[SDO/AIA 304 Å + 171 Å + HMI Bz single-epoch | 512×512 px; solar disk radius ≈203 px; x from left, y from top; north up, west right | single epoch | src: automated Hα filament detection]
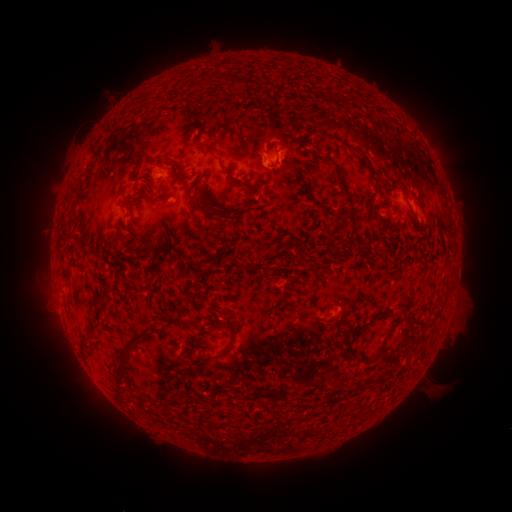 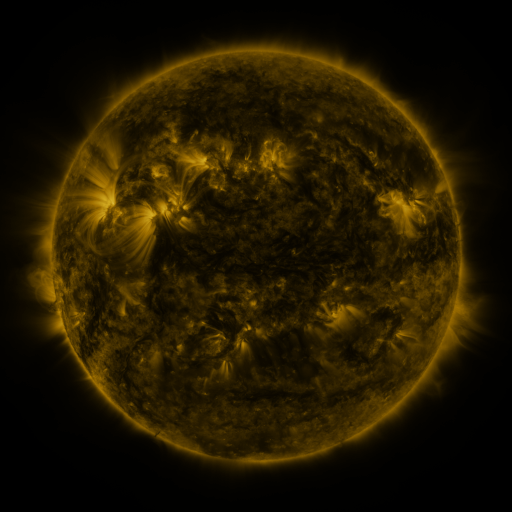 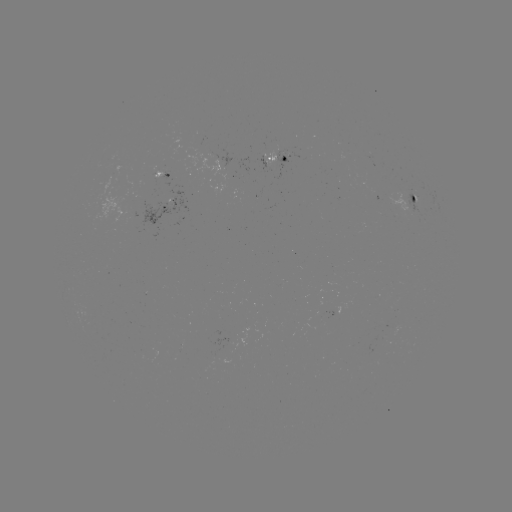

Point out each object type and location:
filament: (218, 73, 255, 87)
filament: (197, 74, 214, 88)
filament: (271, 118, 285, 130)
filament: (189, 141, 252, 191)
filament: (307, 149, 357, 227)
filament: (149, 157, 173, 168)
filament: (269, 159, 278, 169)
filament: (173, 173, 243, 221)
filament: (140, 185, 151, 193)
filament: (133, 201, 144, 209)
filament: (160, 229, 179, 246)
filament: (127, 240, 139, 251)
filament: (232, 253, 239, 266)
filament: (357, 304, 395, 330)
filament: (196, 314, 238, 363)
filament: (365, 325, 395, 363)
filament: (129, 333, 146, 346)
filament: (116, 360, 131, 390)
filament: (347, 380, 374, 393)
filament: (207, 387, 223, 399)
filament: (269, 388, 278, 397)
filament: (279, 389, 290, 402)
